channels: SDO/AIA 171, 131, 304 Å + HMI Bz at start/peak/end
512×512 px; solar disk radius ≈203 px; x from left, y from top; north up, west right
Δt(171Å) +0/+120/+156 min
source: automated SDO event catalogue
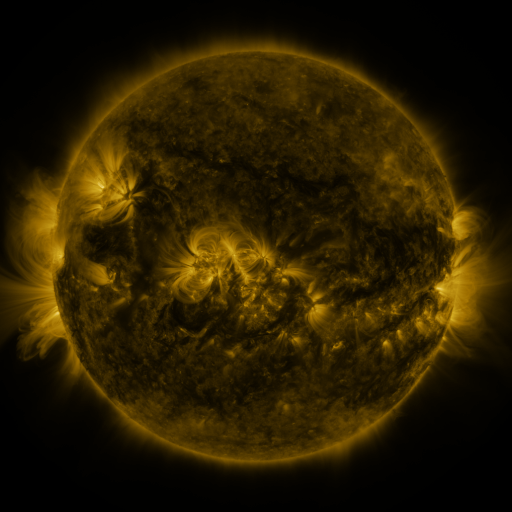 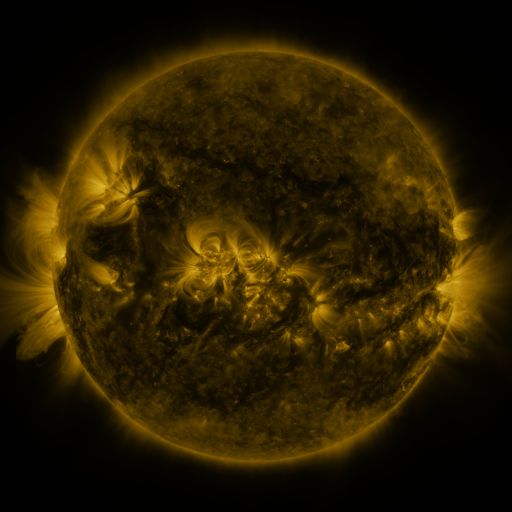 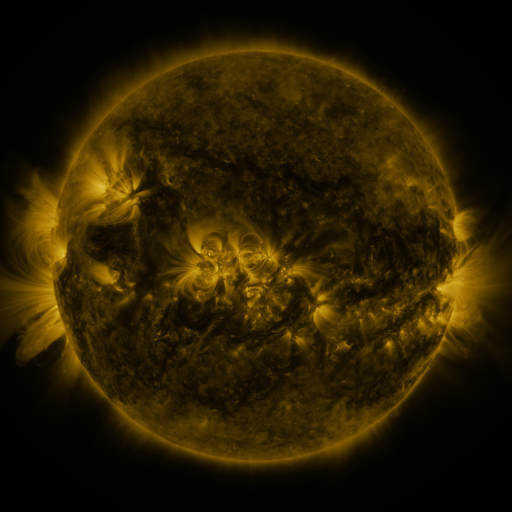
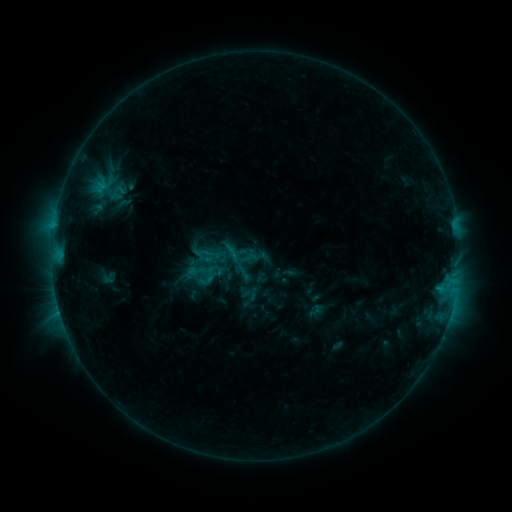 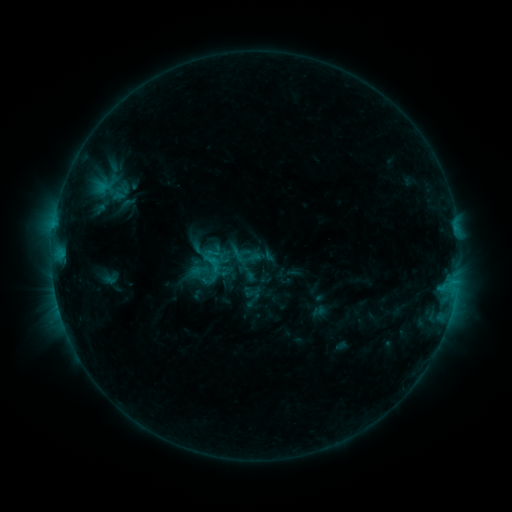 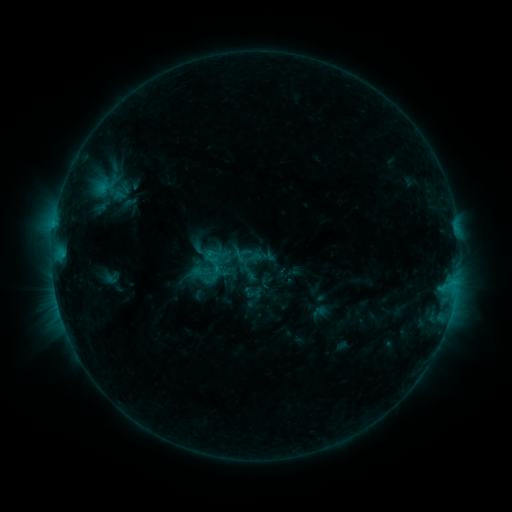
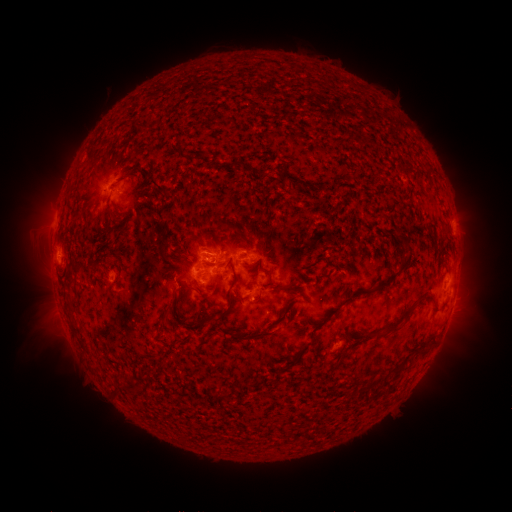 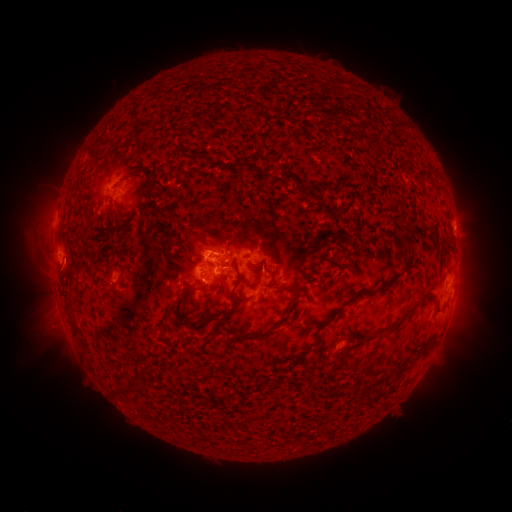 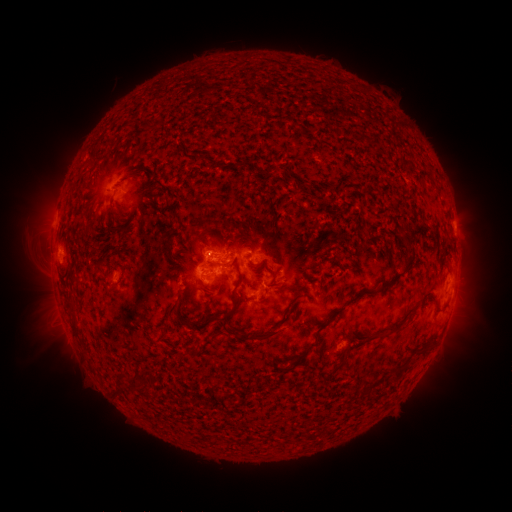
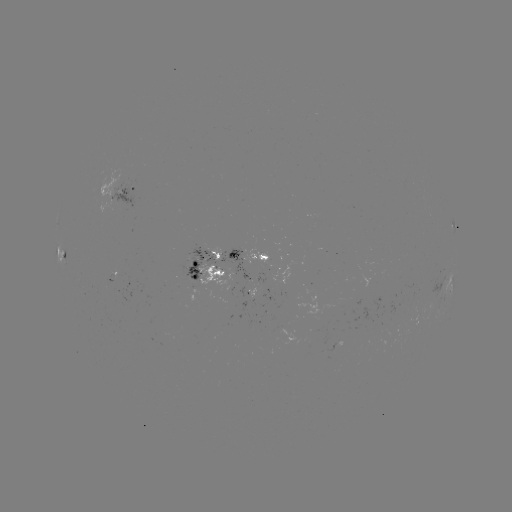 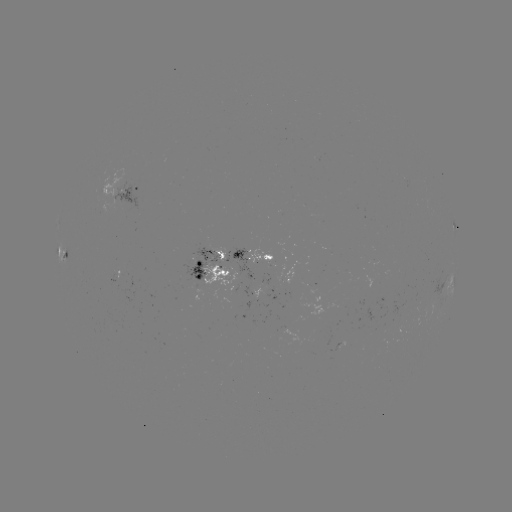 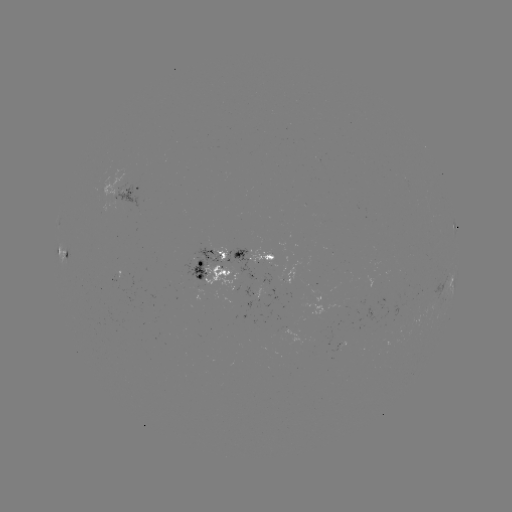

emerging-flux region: (251, 289, 263, 302)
